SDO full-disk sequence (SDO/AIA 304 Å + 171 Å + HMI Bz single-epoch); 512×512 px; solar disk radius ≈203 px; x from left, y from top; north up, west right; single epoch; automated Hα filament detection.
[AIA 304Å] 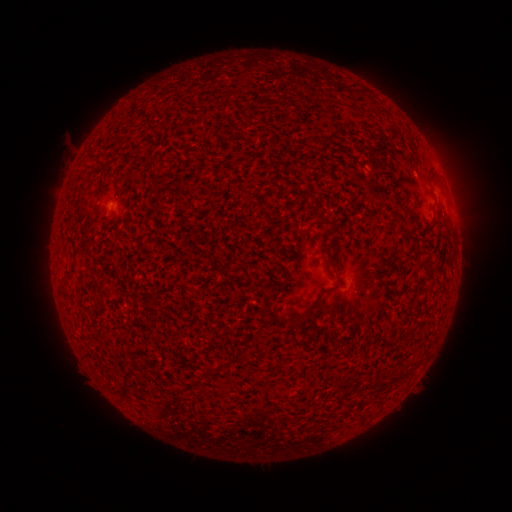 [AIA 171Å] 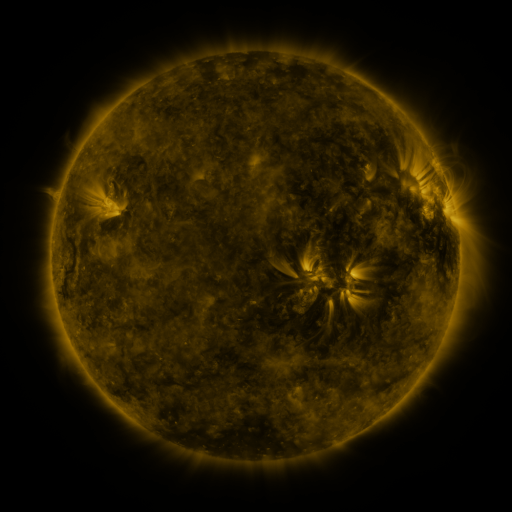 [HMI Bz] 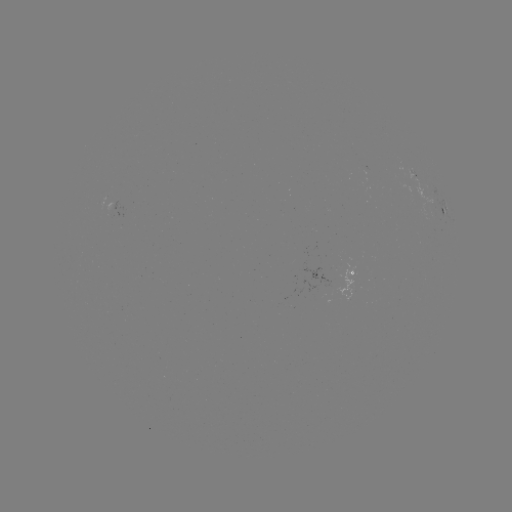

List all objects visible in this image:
filament: [318, 215, 328, 223]
filament: [291, 312, 300, 323]
